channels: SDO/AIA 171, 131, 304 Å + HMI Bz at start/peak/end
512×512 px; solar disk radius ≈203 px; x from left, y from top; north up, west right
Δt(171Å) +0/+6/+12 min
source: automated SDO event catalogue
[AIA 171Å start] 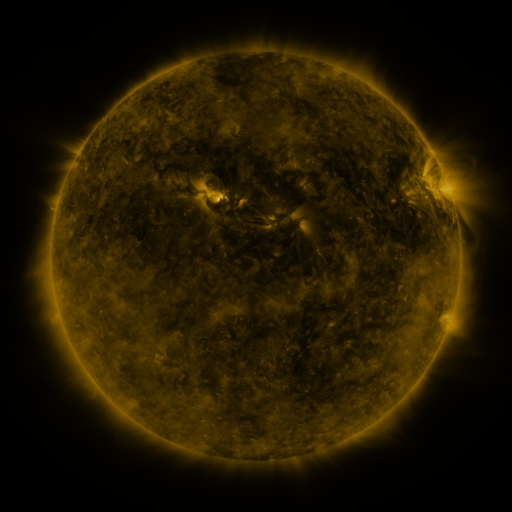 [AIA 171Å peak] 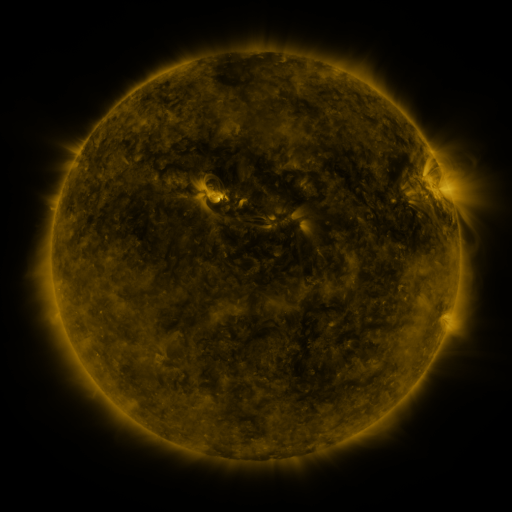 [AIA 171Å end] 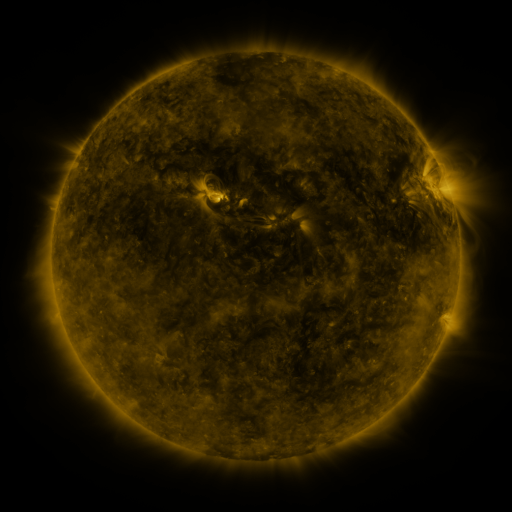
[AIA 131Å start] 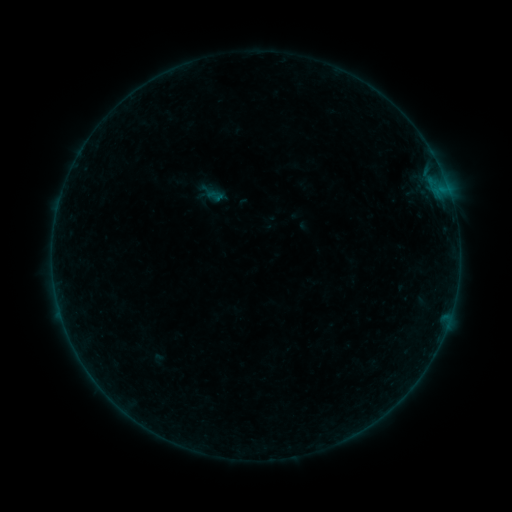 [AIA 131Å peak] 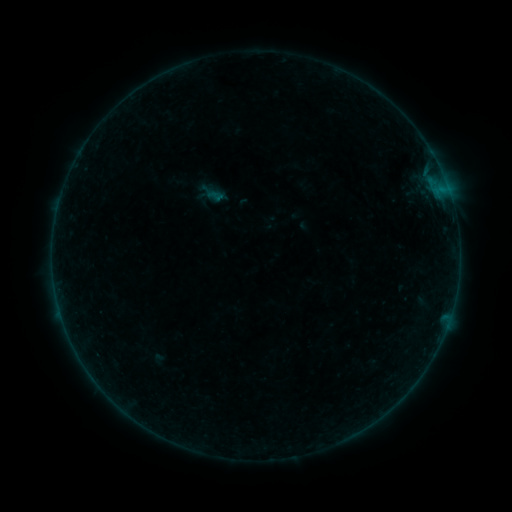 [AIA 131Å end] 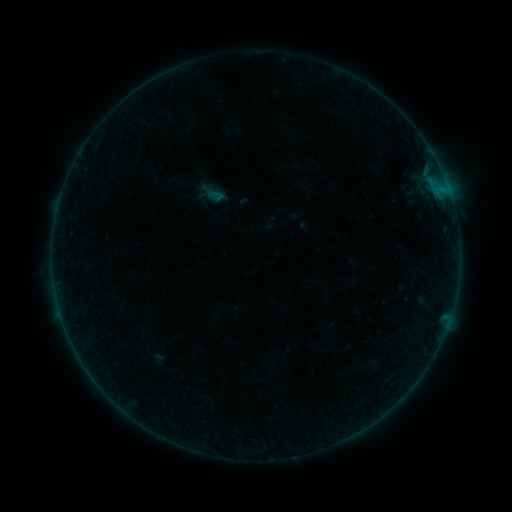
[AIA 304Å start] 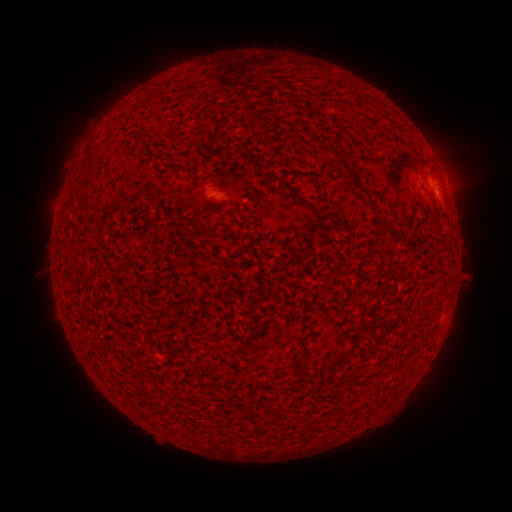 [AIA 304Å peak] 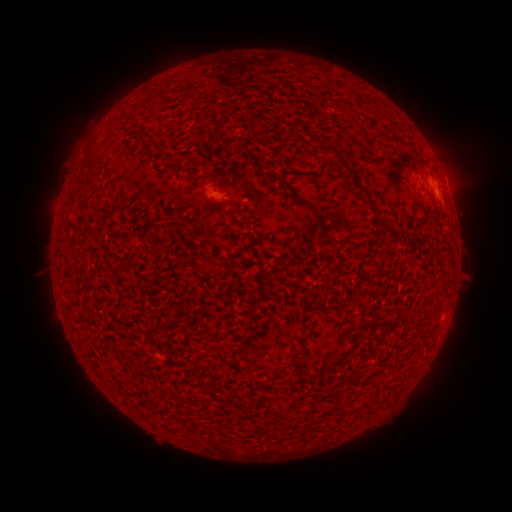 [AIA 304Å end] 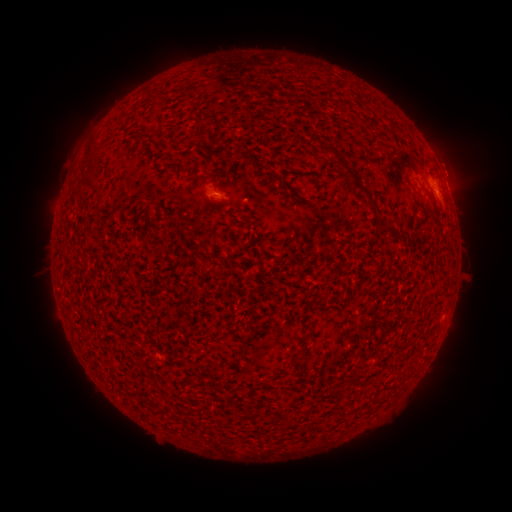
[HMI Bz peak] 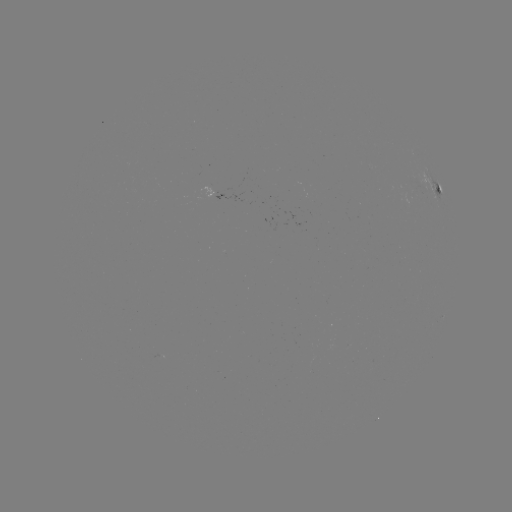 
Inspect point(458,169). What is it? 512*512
eruption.